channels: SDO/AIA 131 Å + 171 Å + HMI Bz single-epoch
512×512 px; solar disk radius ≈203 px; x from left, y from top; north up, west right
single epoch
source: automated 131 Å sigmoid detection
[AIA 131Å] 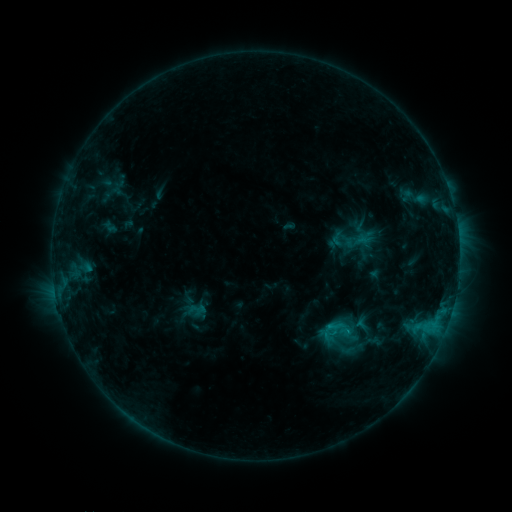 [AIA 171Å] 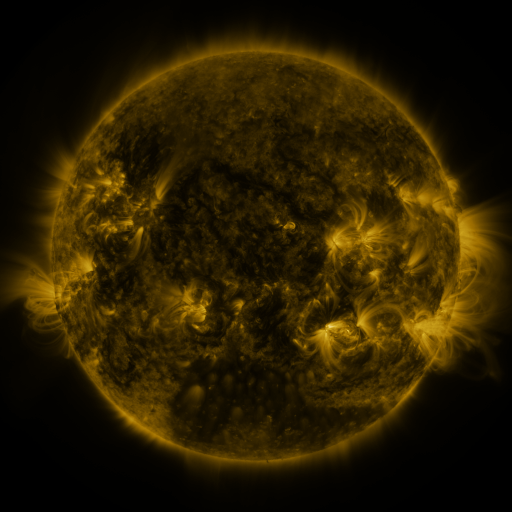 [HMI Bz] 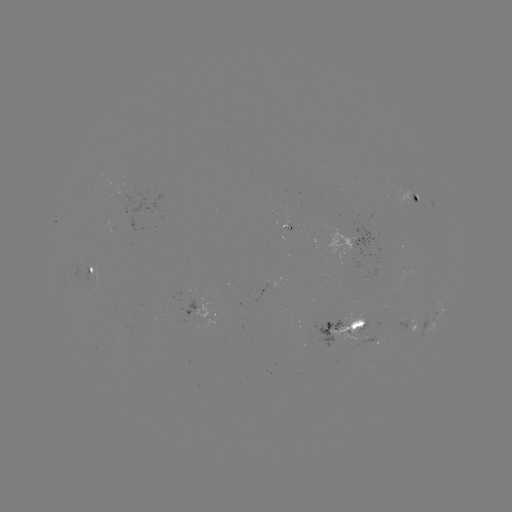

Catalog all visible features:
sigmoid: <bbox>338, 339, 358, 359</bbox>
